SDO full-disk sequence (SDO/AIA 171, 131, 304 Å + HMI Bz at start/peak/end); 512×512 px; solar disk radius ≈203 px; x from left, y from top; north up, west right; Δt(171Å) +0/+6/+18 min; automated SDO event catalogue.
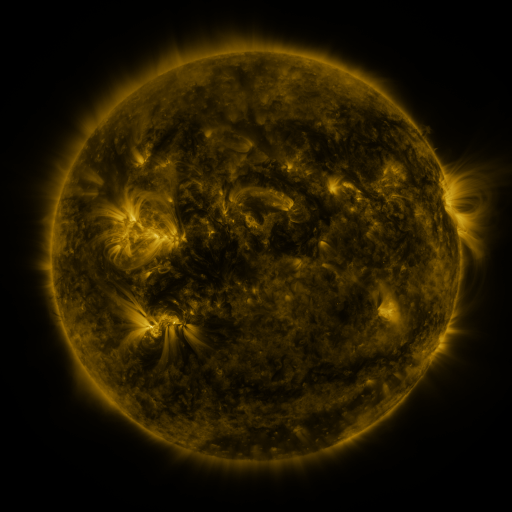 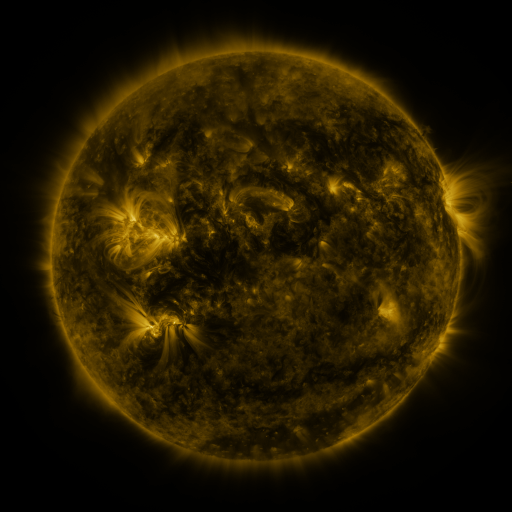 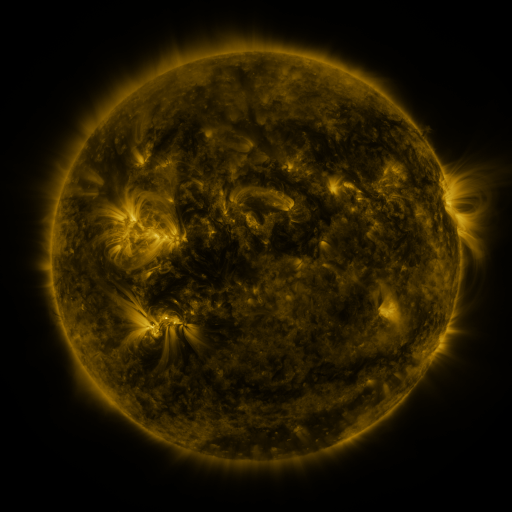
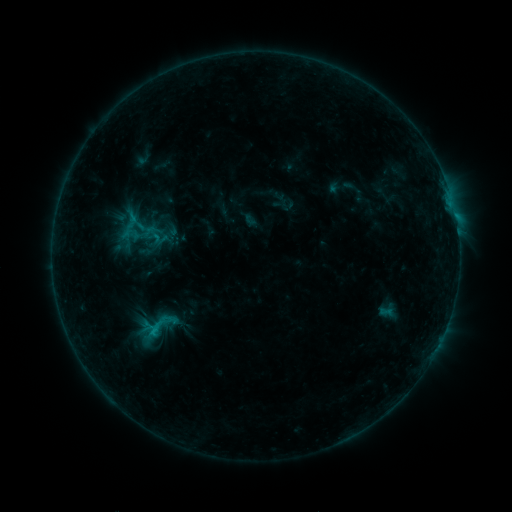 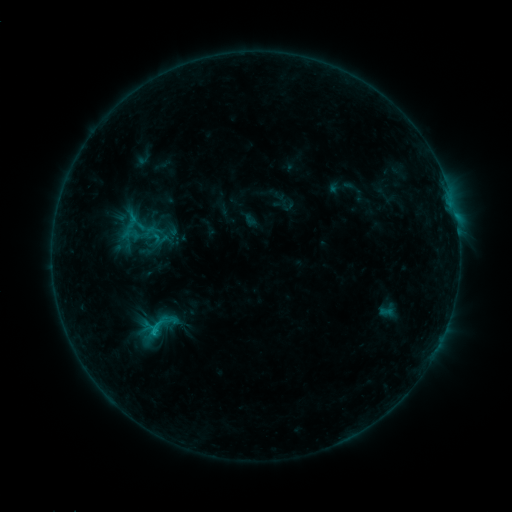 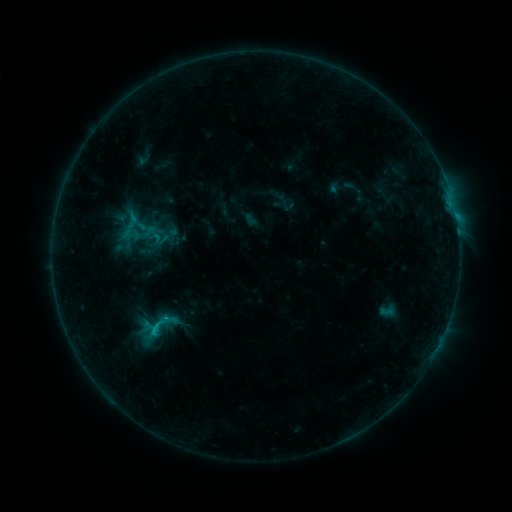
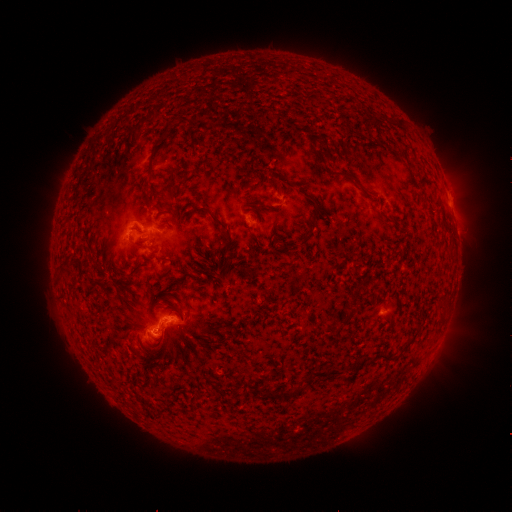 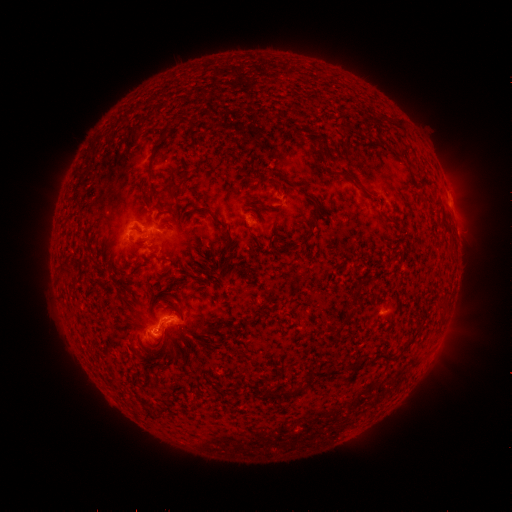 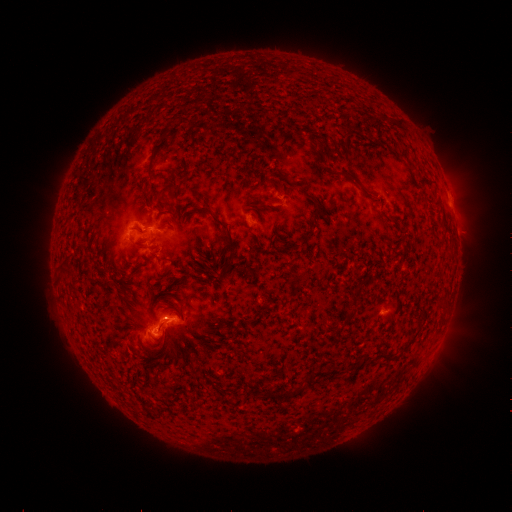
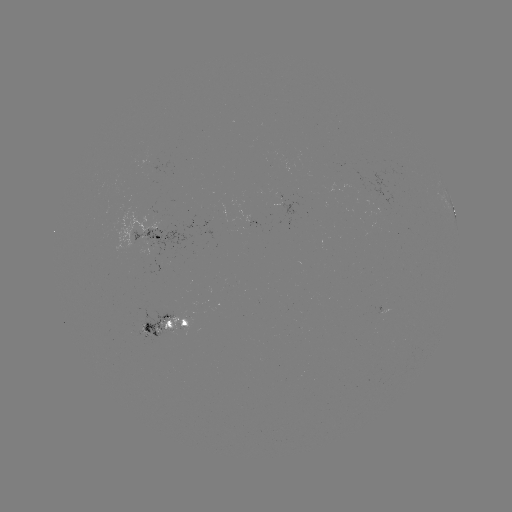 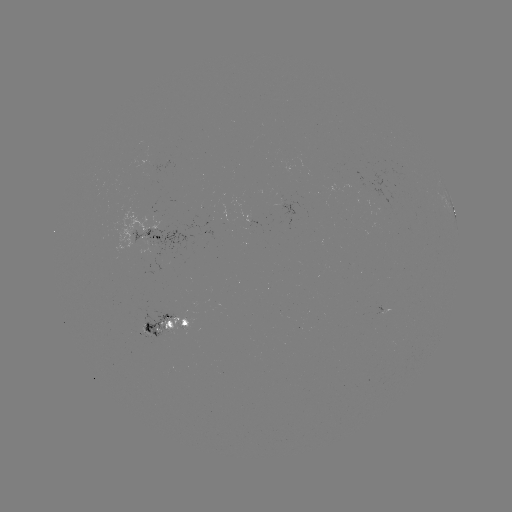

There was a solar flare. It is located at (156, 329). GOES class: C1.1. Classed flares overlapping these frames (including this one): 1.